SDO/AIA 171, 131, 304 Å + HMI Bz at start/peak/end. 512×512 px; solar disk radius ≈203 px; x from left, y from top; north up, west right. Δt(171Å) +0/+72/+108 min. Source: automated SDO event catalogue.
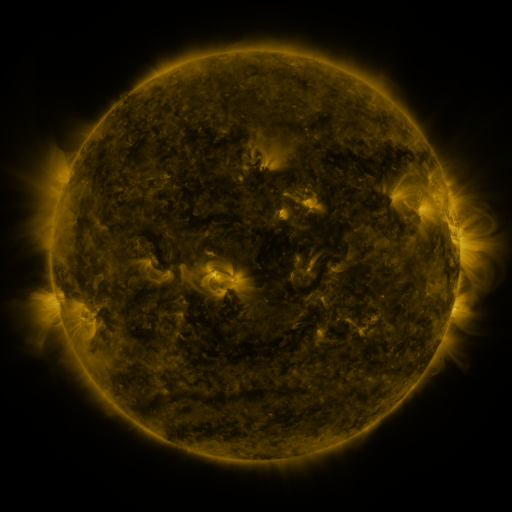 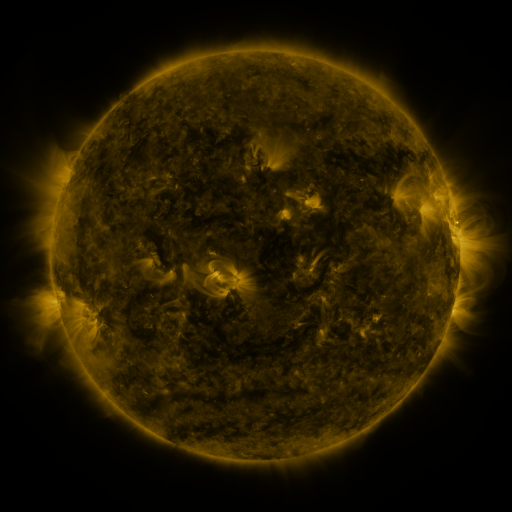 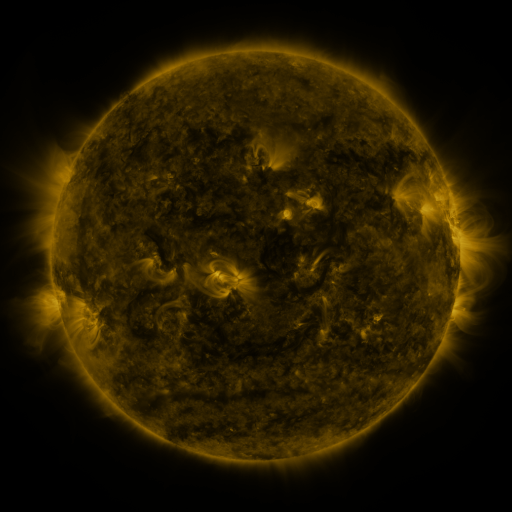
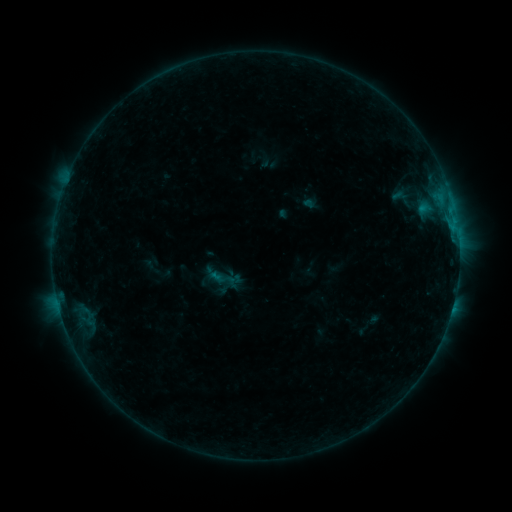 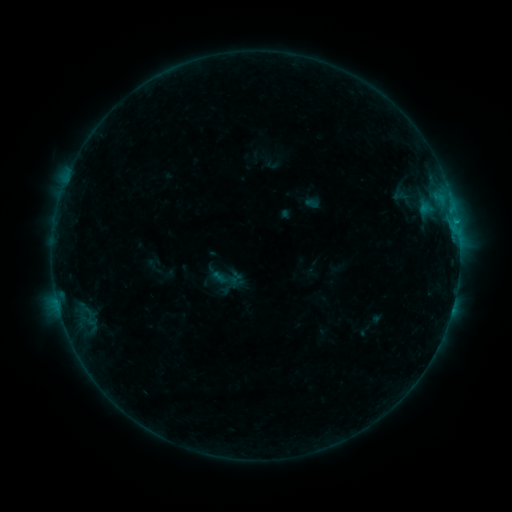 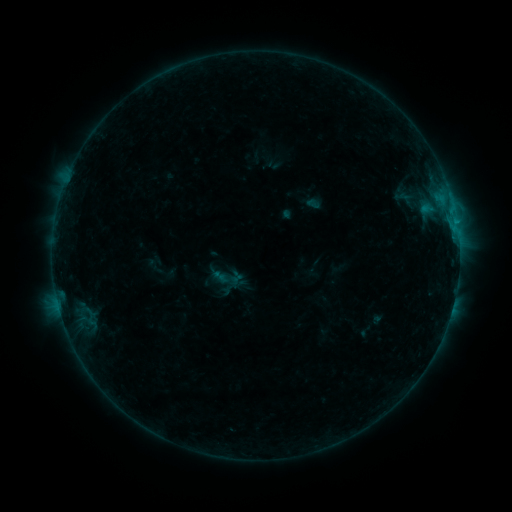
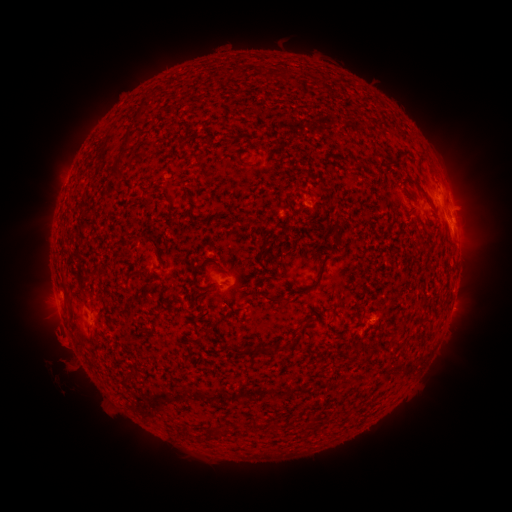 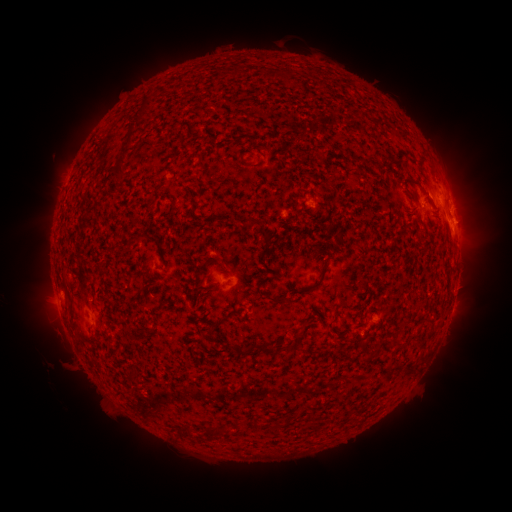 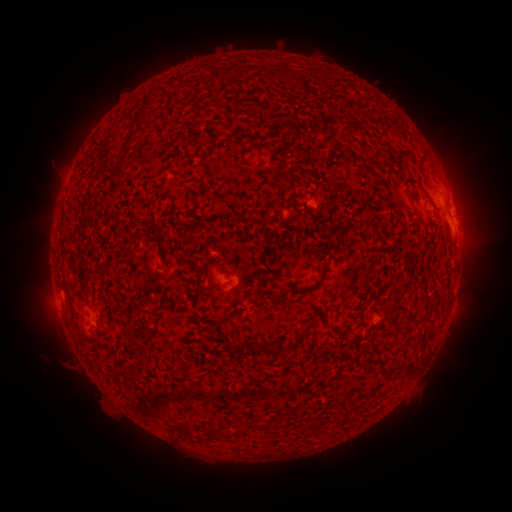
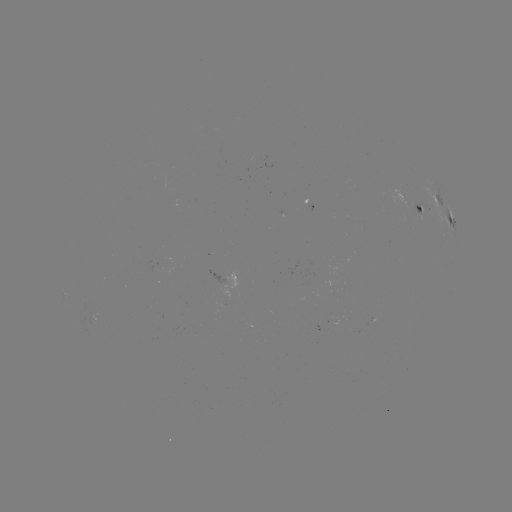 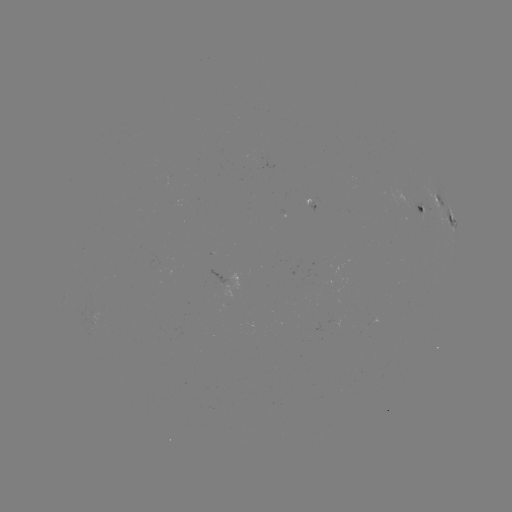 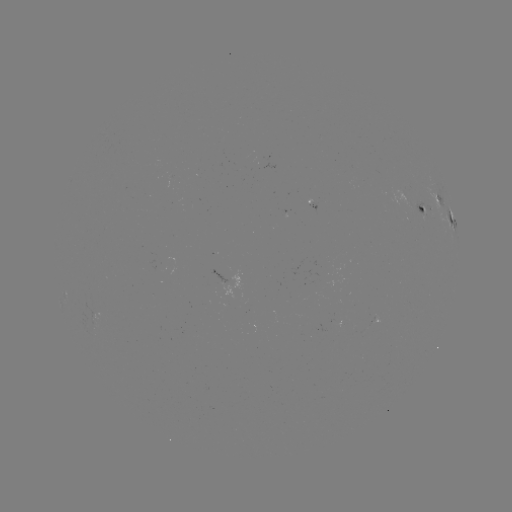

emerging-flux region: <bbox>159, 258, 173, 264</bbox>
